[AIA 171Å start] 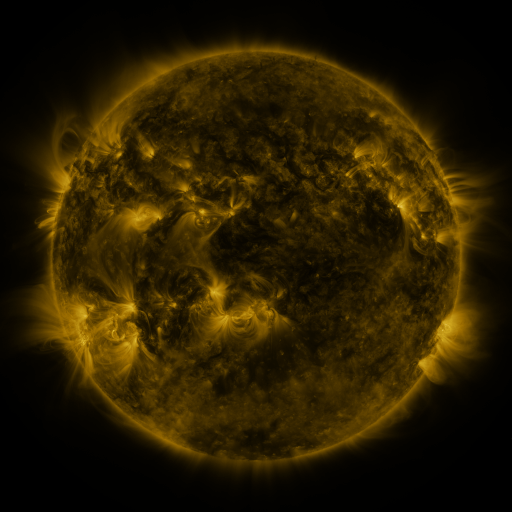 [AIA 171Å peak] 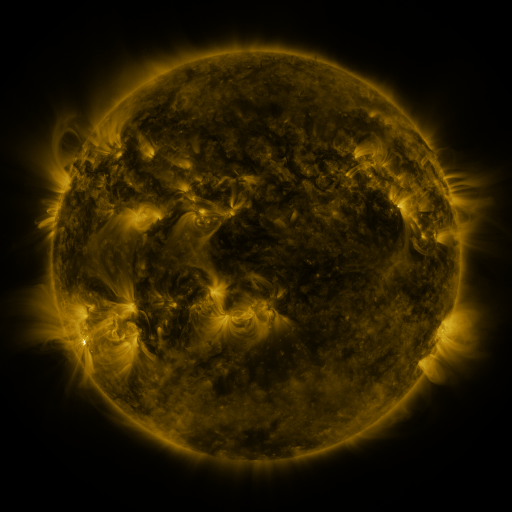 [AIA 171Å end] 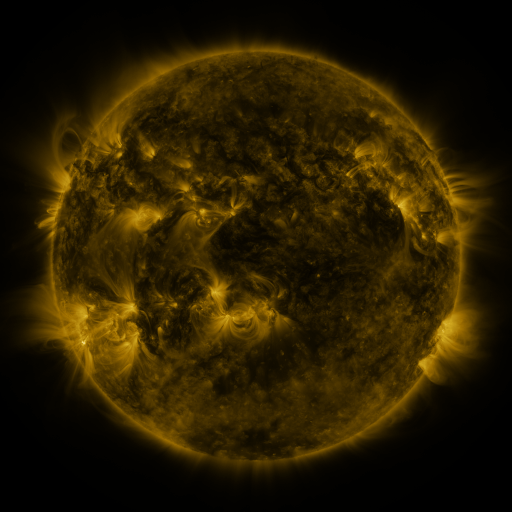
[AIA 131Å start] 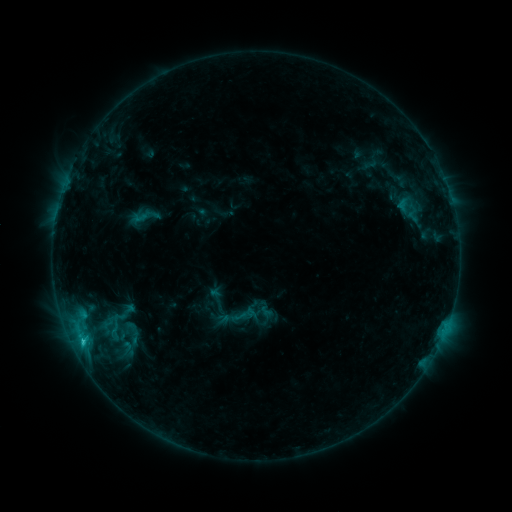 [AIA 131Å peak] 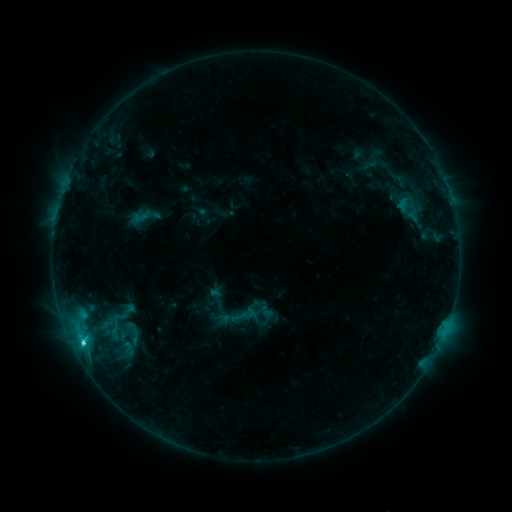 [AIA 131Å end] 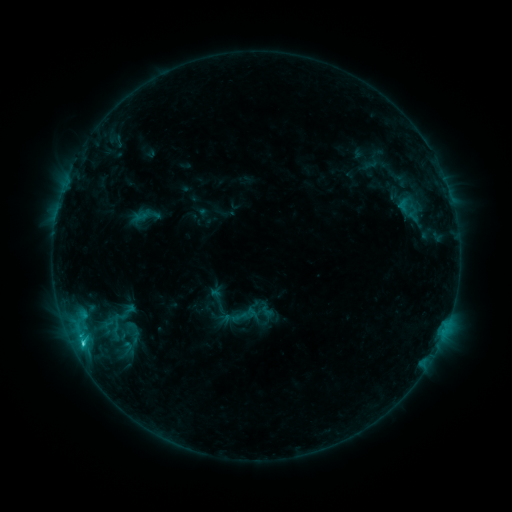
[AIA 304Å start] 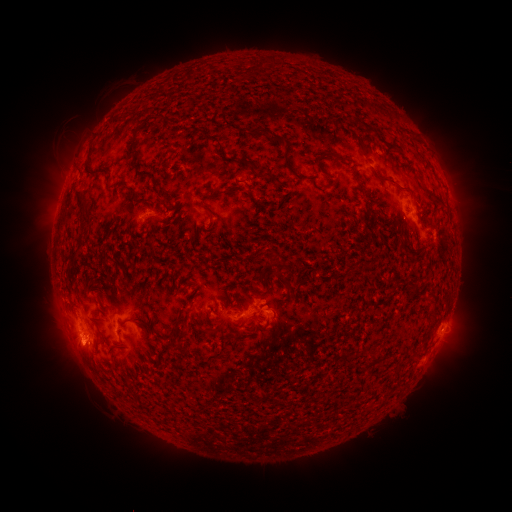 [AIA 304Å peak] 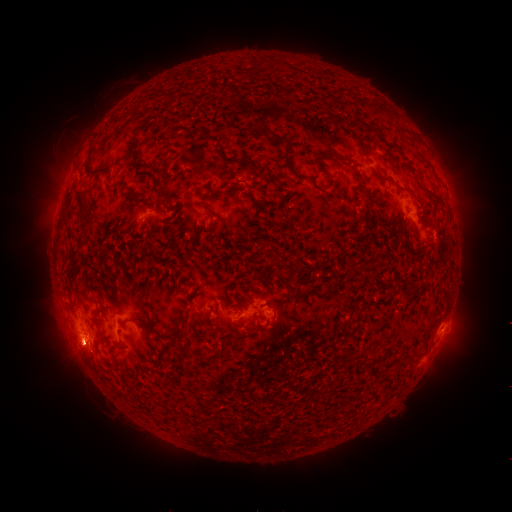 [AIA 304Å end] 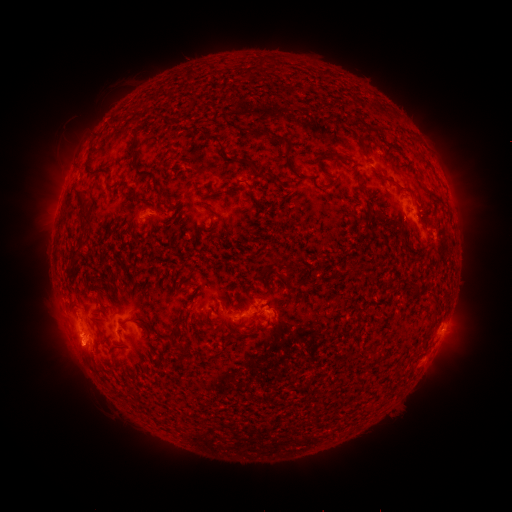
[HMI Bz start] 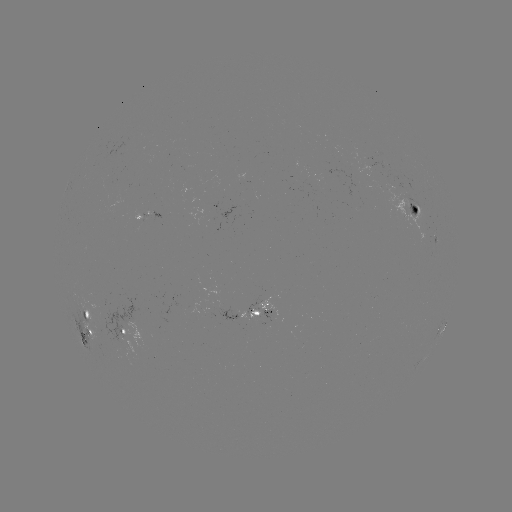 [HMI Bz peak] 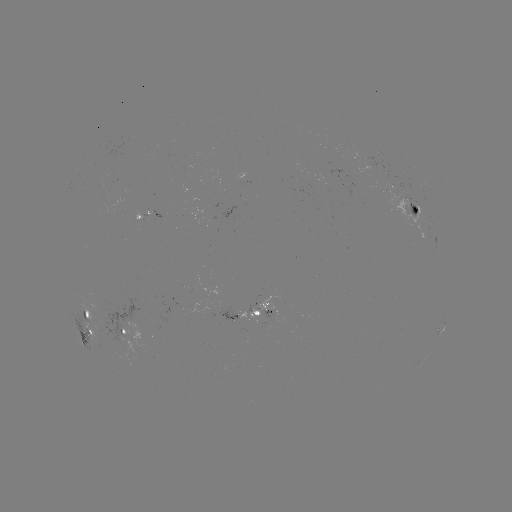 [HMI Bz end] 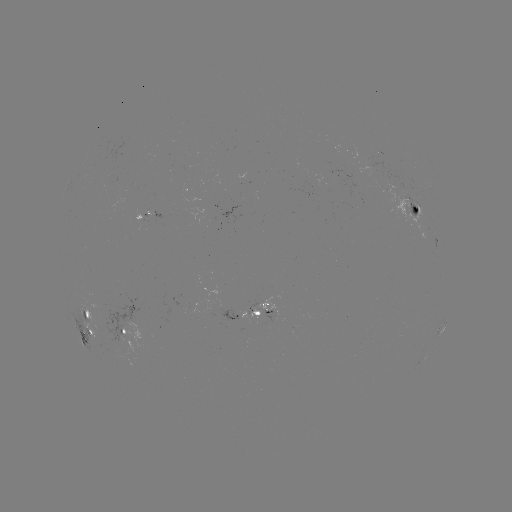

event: flare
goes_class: C2.9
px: (84, 342)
